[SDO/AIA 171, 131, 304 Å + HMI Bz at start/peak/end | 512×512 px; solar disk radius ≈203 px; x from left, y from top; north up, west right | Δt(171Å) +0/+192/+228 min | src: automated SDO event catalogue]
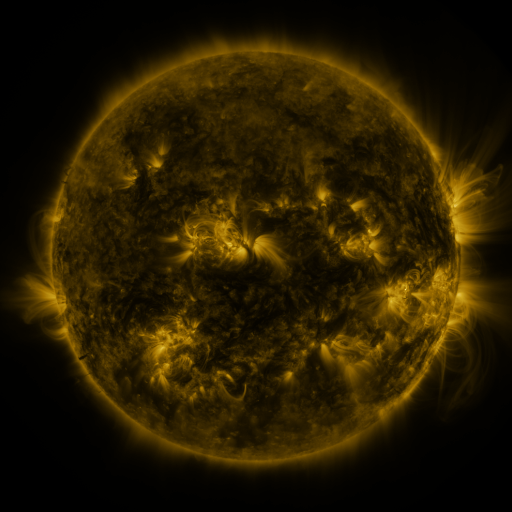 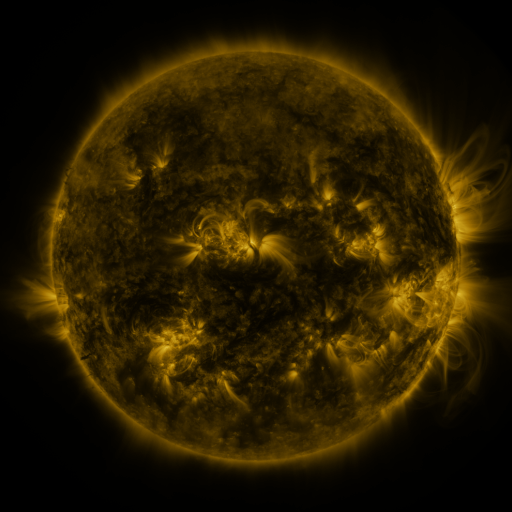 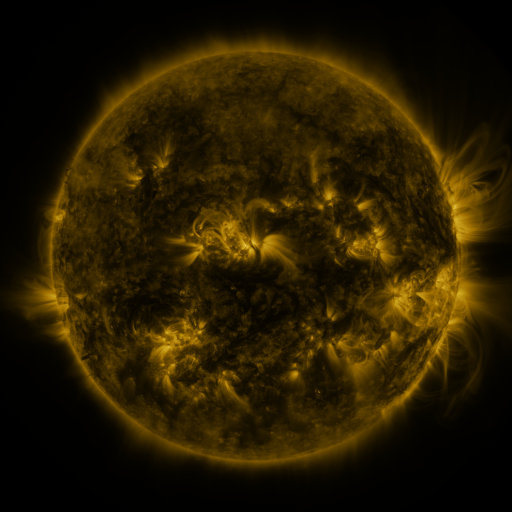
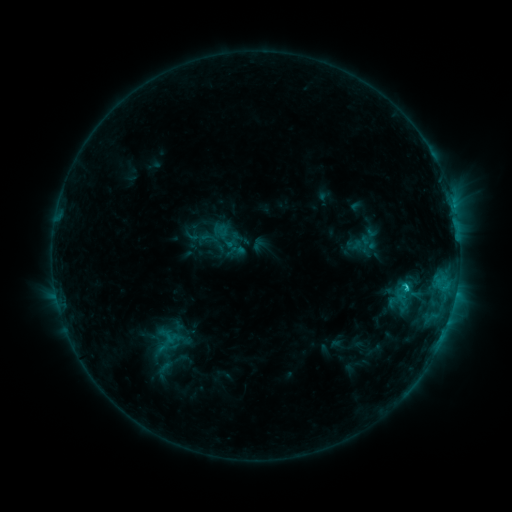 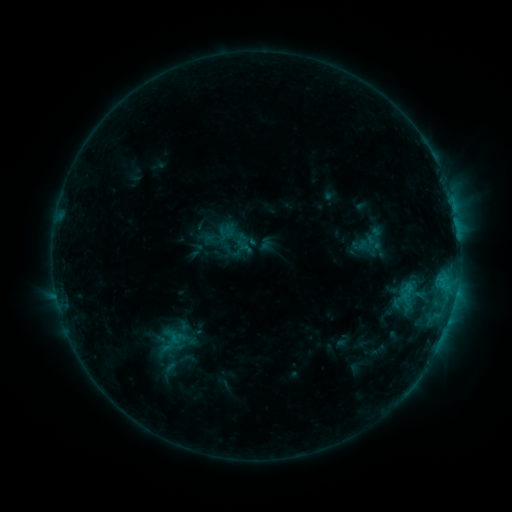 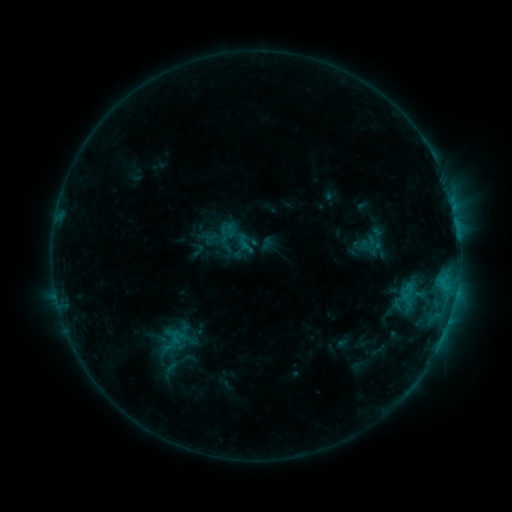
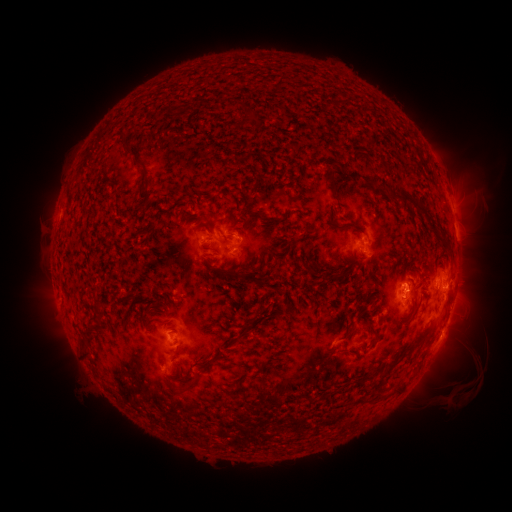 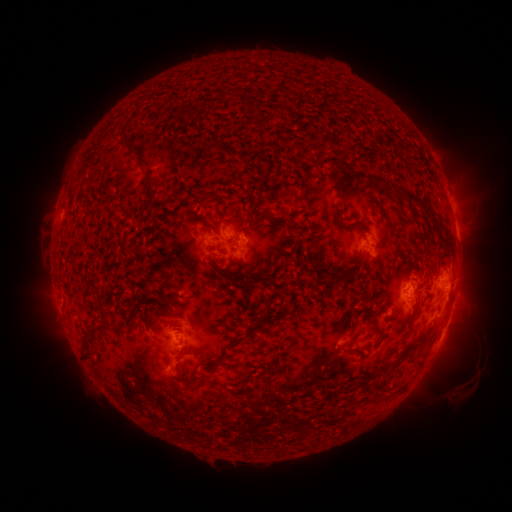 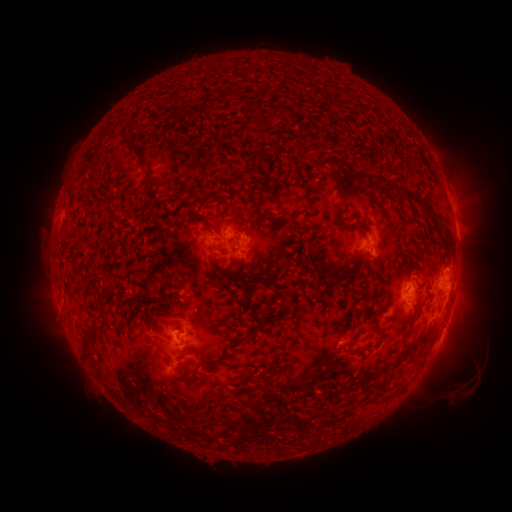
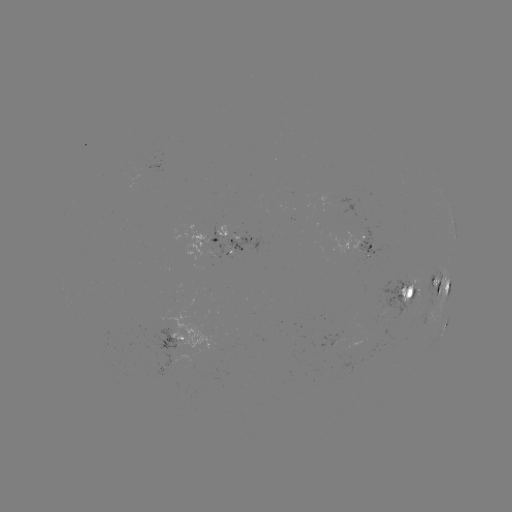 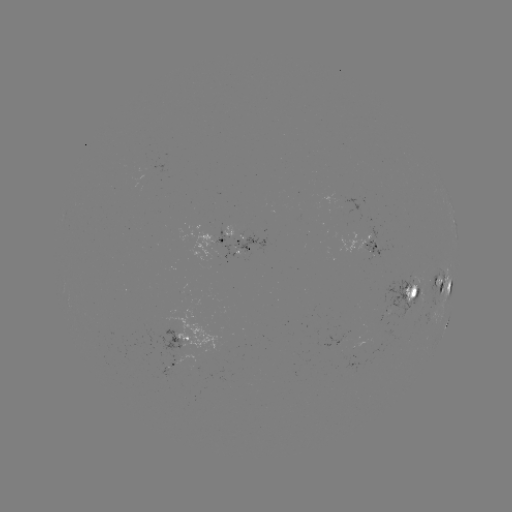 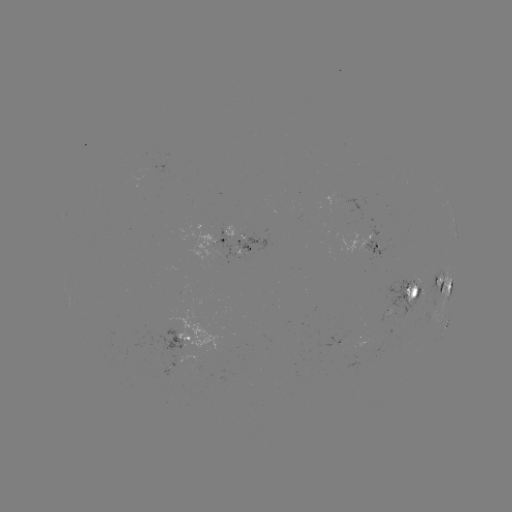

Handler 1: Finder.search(emerging-flux region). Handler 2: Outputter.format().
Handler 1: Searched emerging-flux region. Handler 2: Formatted [412, 286].